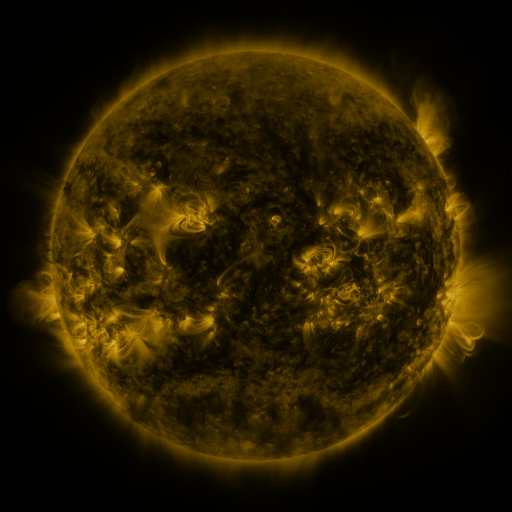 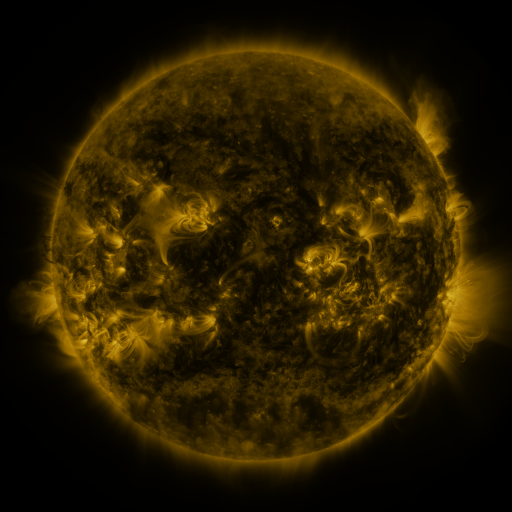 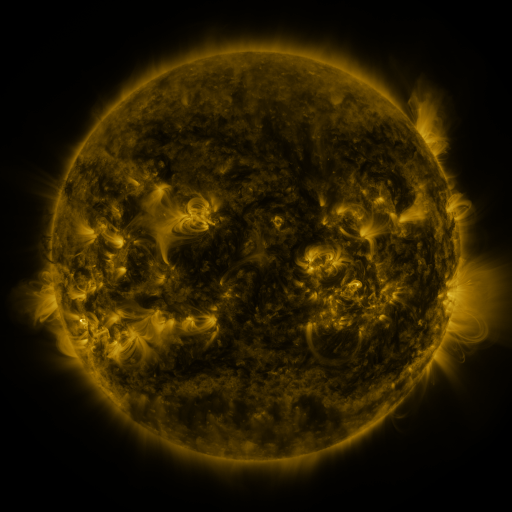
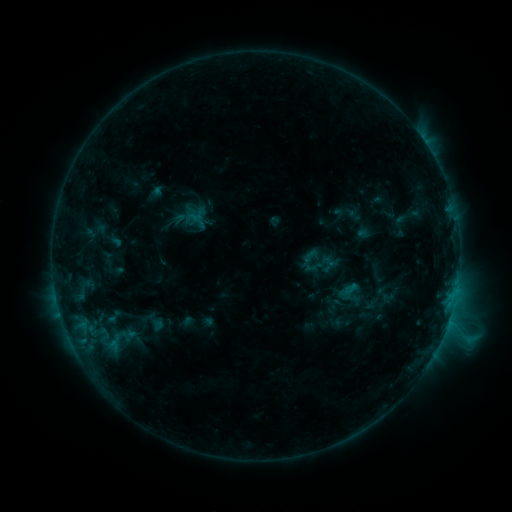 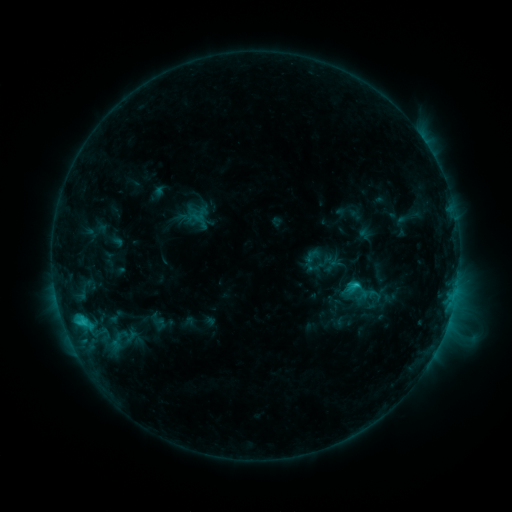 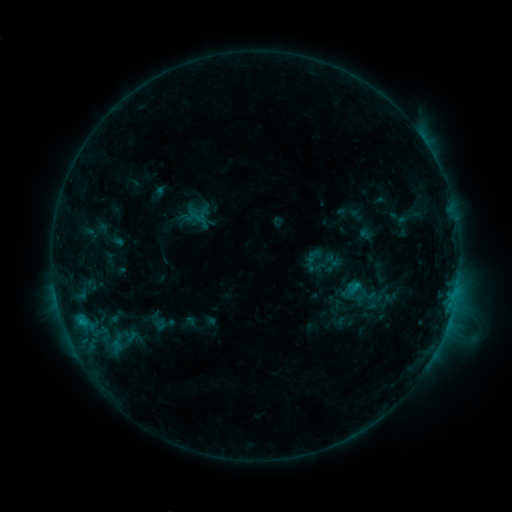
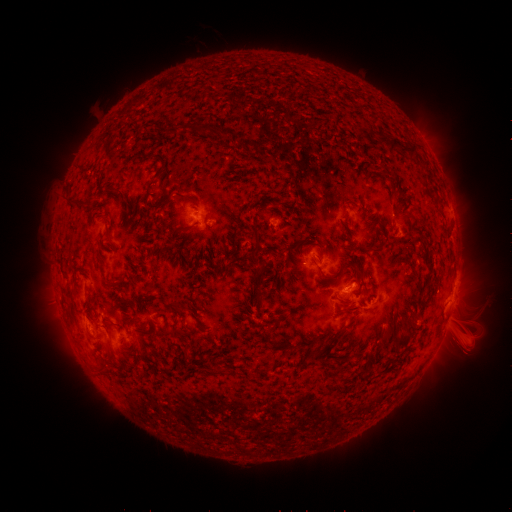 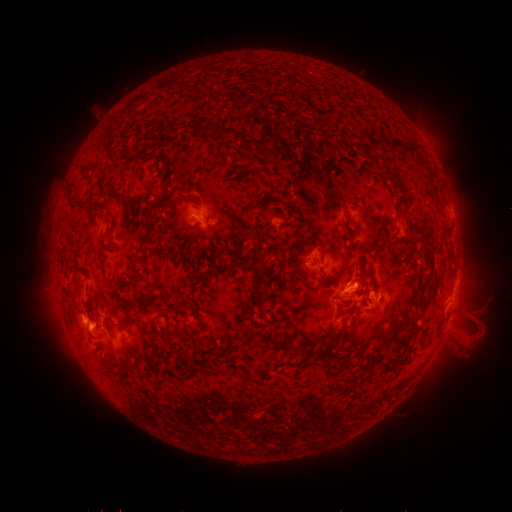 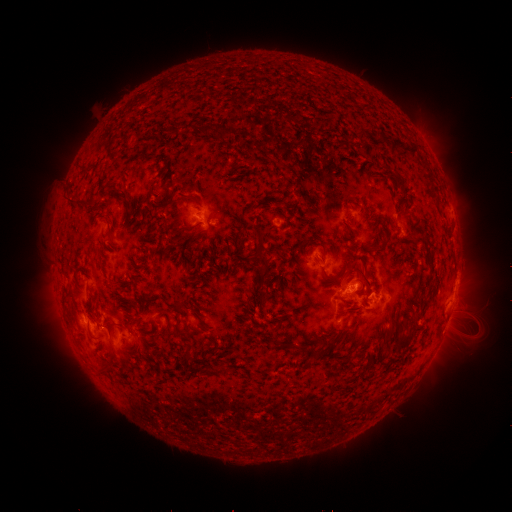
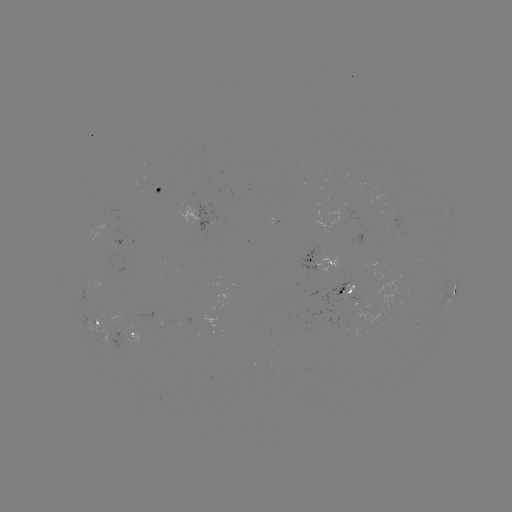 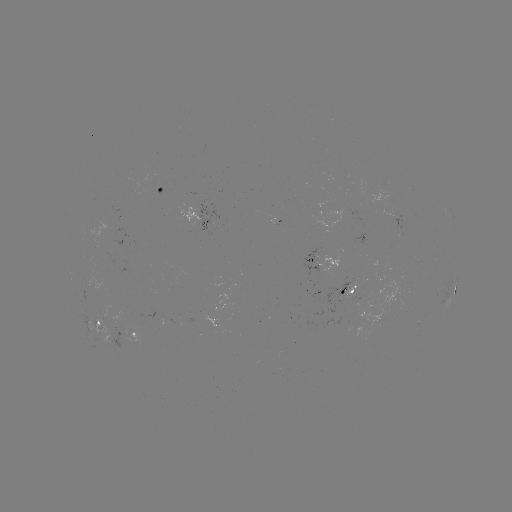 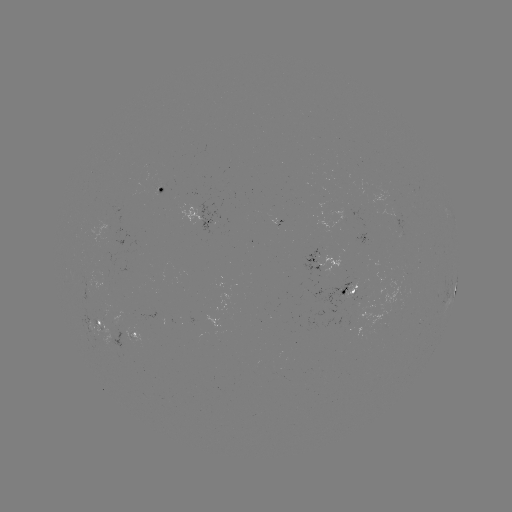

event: emerging-flux region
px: (132, 334)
